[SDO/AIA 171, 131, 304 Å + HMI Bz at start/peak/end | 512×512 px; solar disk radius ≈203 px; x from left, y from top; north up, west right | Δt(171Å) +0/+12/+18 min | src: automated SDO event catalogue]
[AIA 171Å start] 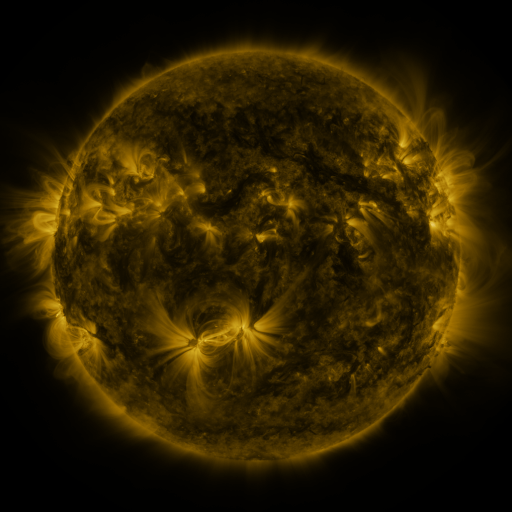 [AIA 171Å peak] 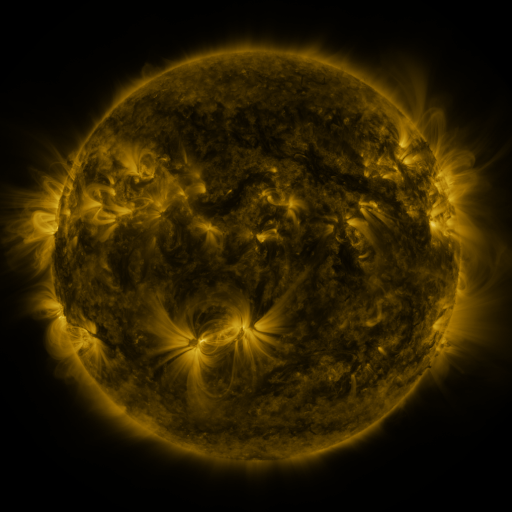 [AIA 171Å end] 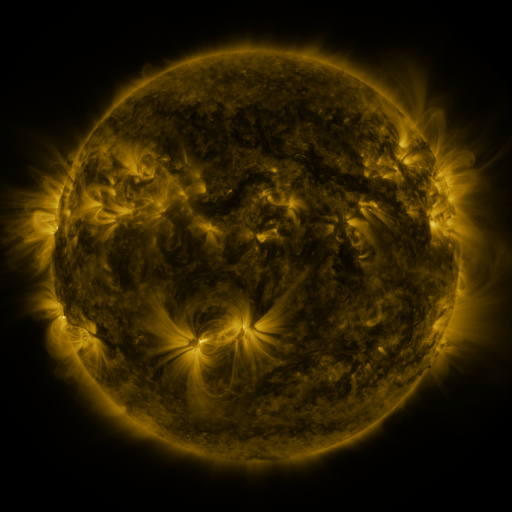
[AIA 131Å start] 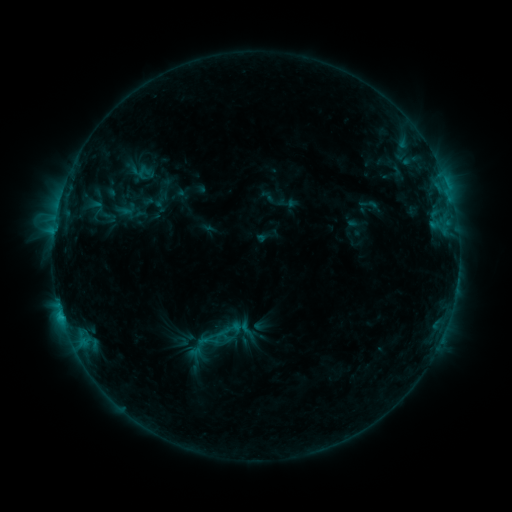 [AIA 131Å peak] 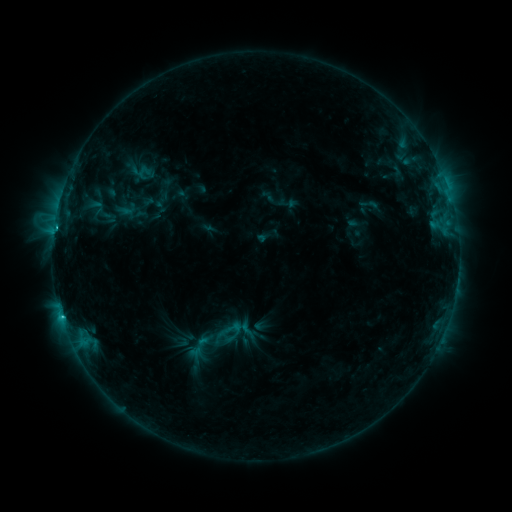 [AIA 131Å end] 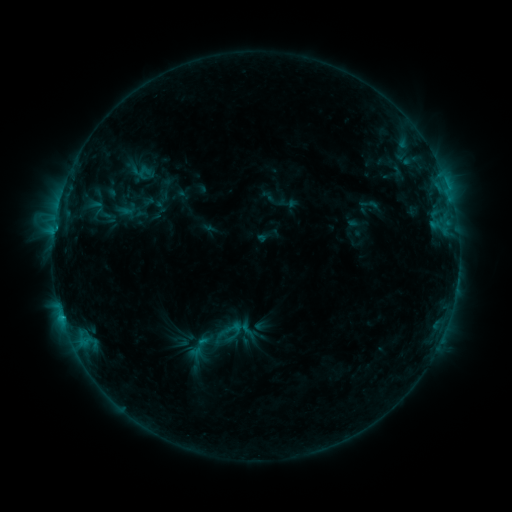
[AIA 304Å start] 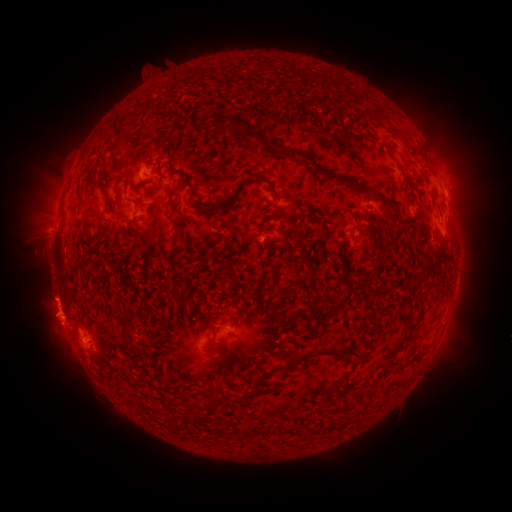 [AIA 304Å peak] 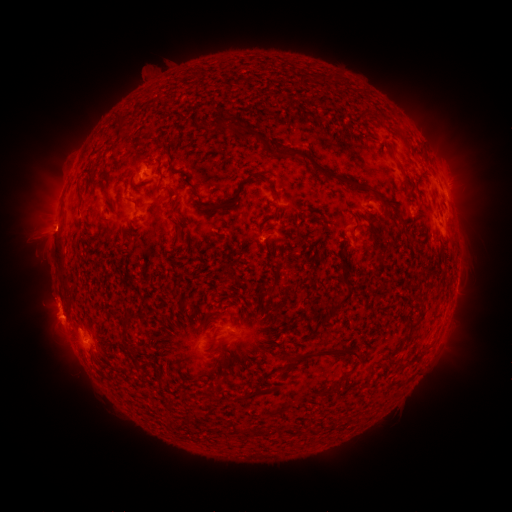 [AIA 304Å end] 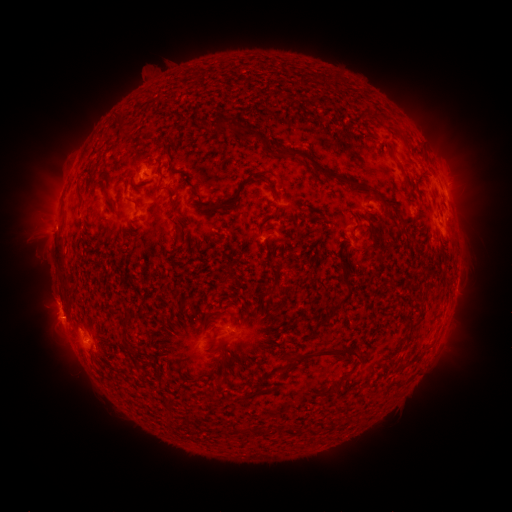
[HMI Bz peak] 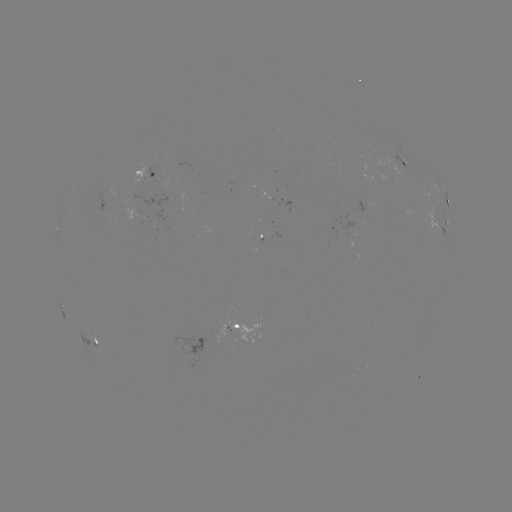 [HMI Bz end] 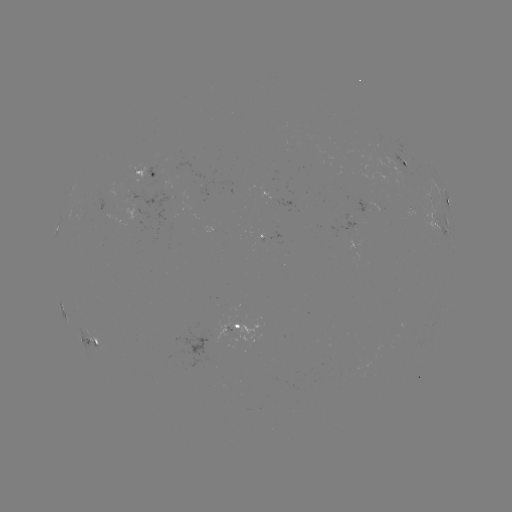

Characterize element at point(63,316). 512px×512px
C2.1 flare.